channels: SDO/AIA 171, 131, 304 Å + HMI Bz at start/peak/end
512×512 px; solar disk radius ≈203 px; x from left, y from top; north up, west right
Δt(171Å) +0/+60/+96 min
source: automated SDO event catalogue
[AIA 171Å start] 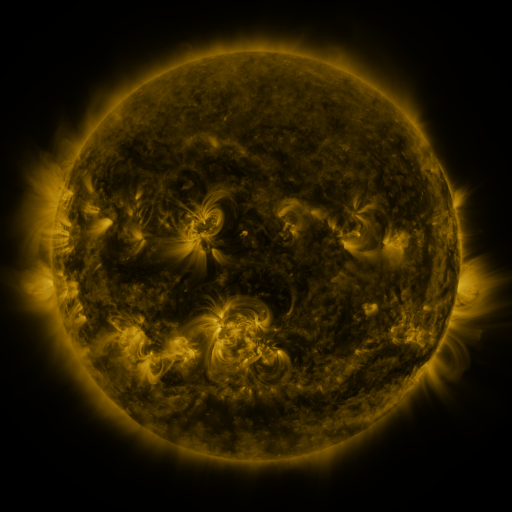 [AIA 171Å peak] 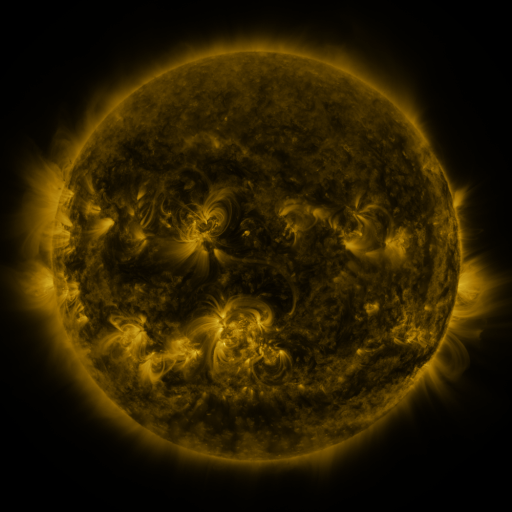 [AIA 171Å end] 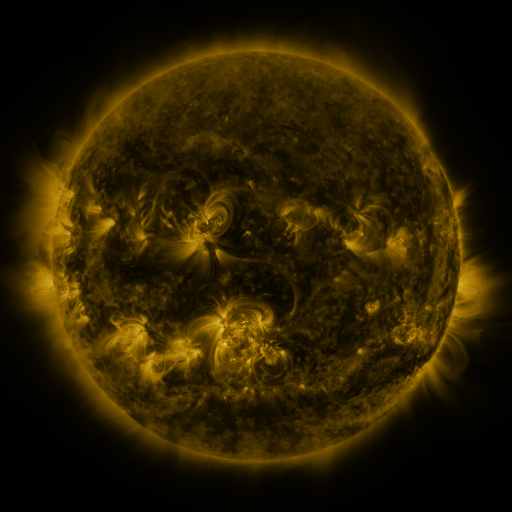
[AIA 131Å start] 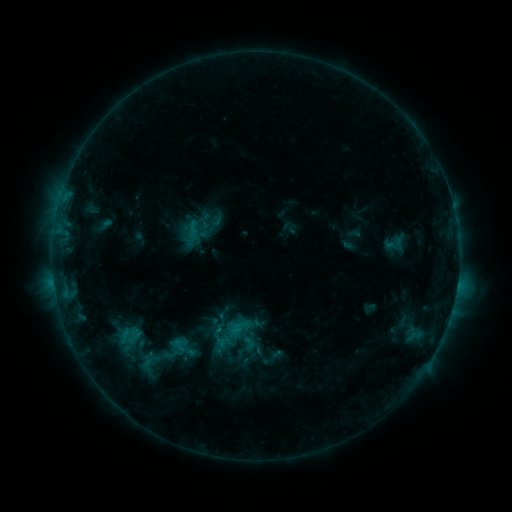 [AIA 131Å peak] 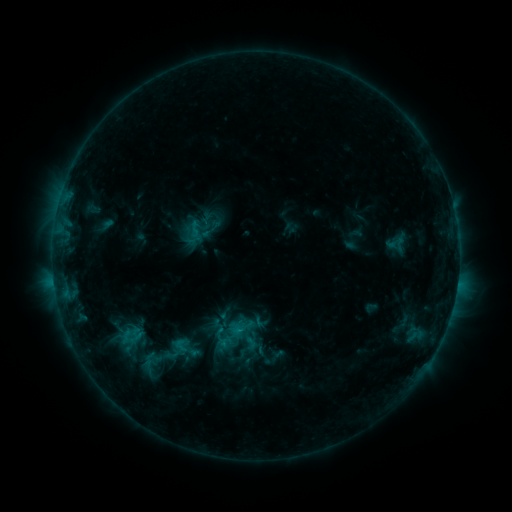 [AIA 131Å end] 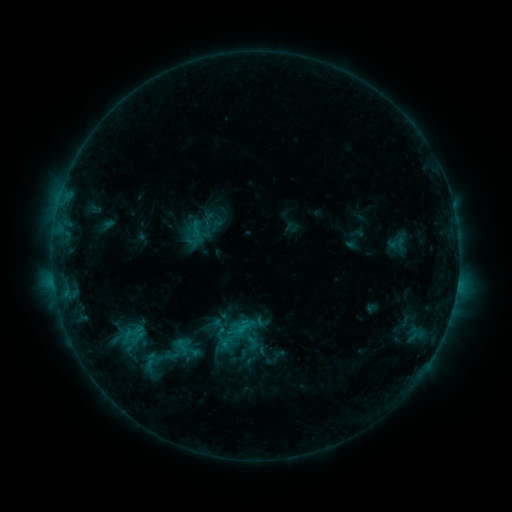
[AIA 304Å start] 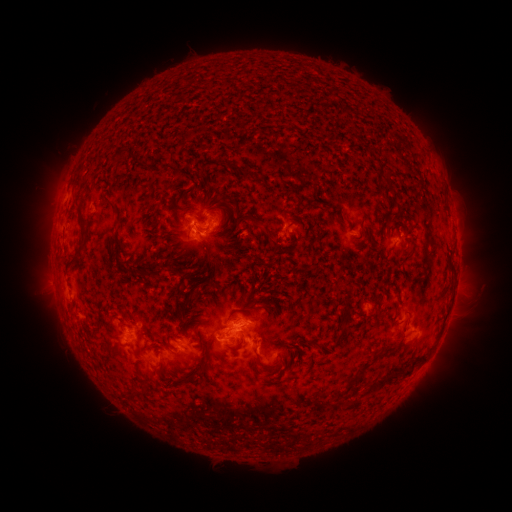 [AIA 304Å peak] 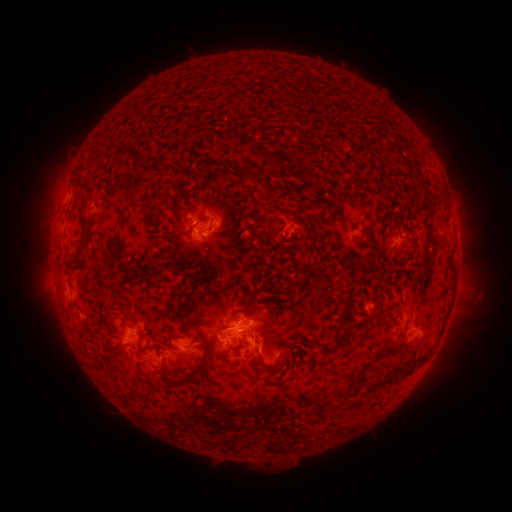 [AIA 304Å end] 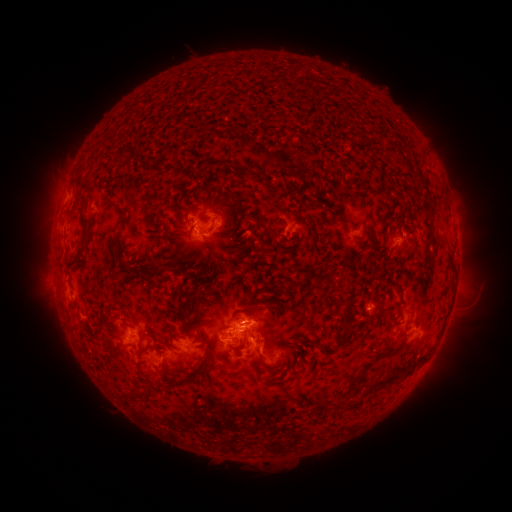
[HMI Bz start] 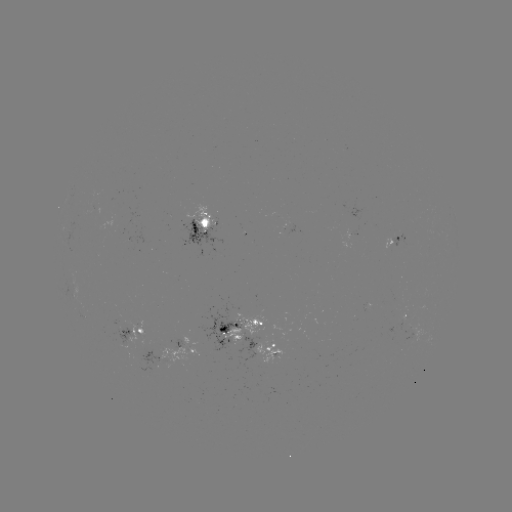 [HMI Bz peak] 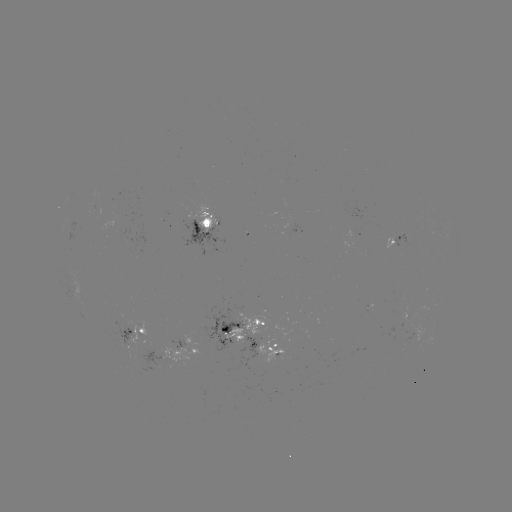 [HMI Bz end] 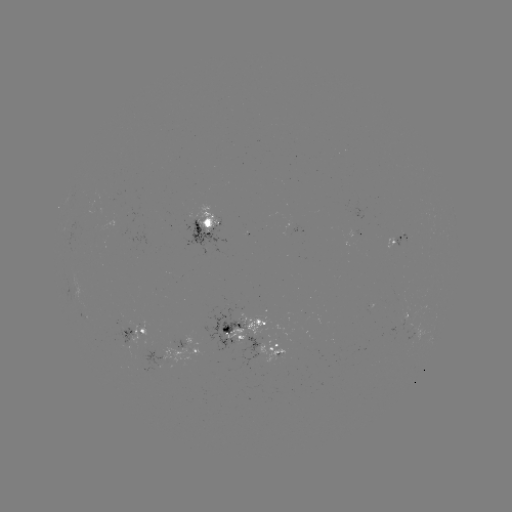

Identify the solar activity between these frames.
emerging-flux region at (122, 220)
